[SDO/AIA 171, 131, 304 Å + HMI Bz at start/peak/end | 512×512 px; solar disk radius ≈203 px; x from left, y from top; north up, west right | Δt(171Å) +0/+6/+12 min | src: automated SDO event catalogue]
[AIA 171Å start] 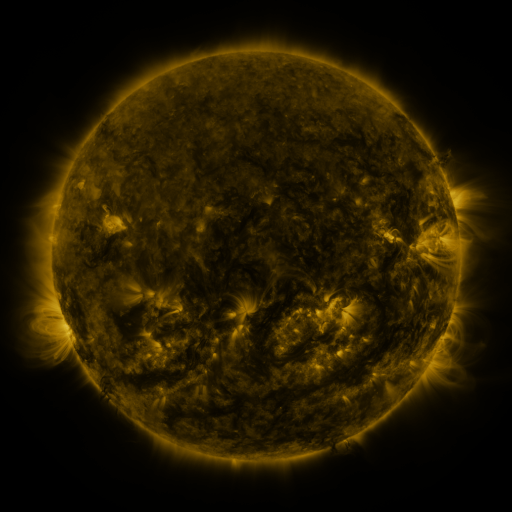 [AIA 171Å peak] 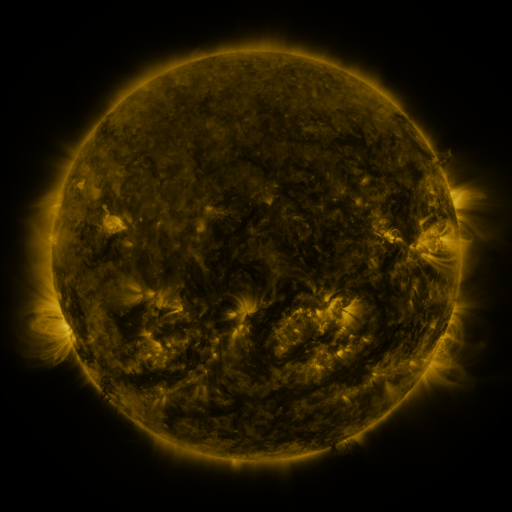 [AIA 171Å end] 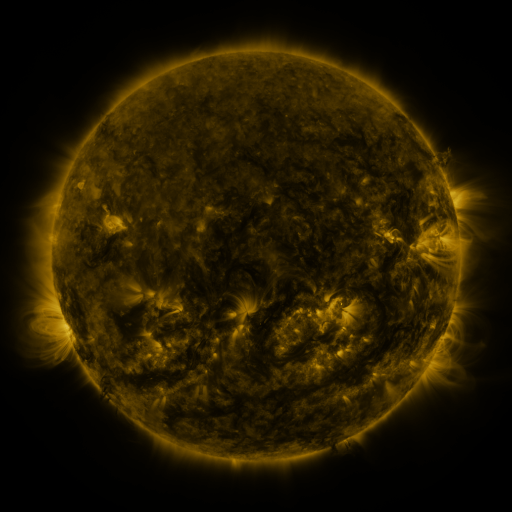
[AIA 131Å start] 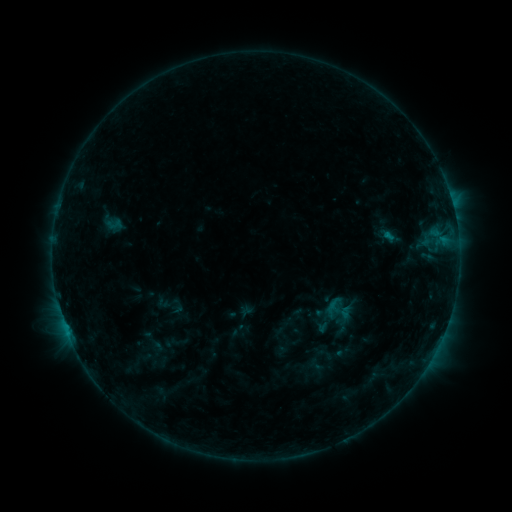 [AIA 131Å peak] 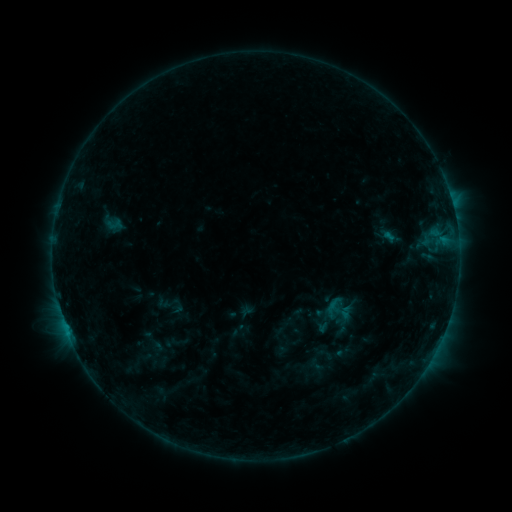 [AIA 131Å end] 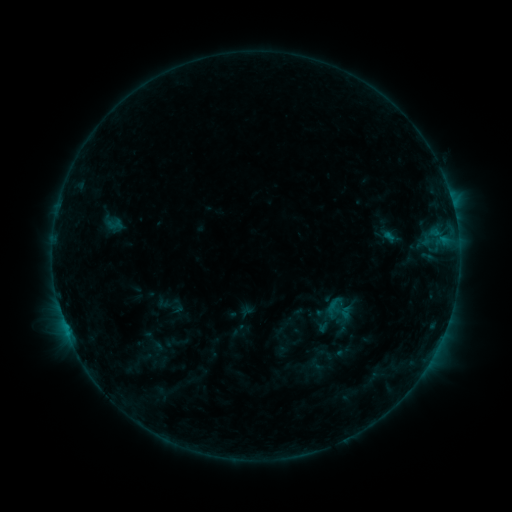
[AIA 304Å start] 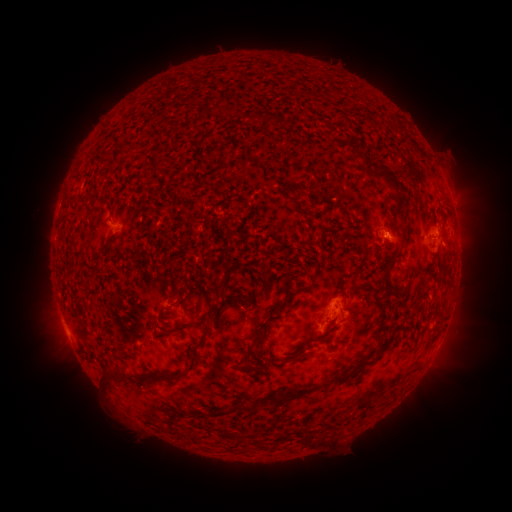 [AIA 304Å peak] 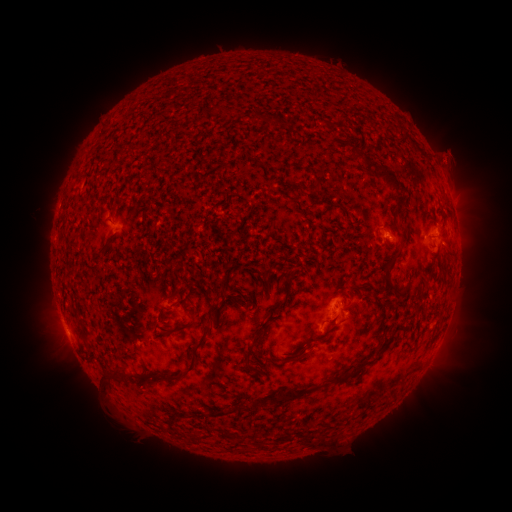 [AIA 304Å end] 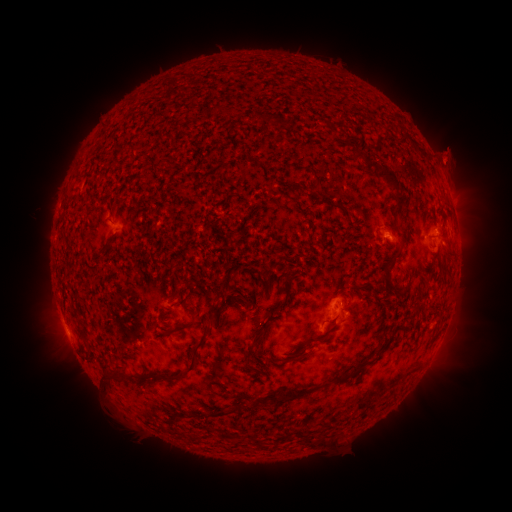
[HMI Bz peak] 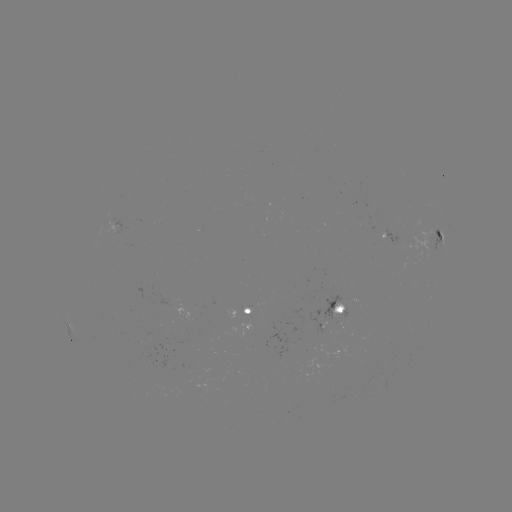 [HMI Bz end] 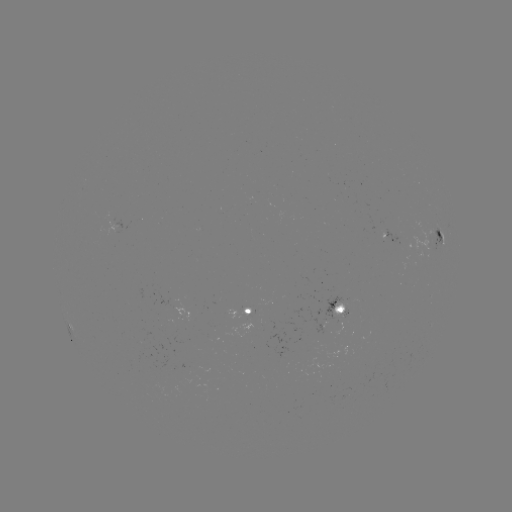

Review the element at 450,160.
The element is eruption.